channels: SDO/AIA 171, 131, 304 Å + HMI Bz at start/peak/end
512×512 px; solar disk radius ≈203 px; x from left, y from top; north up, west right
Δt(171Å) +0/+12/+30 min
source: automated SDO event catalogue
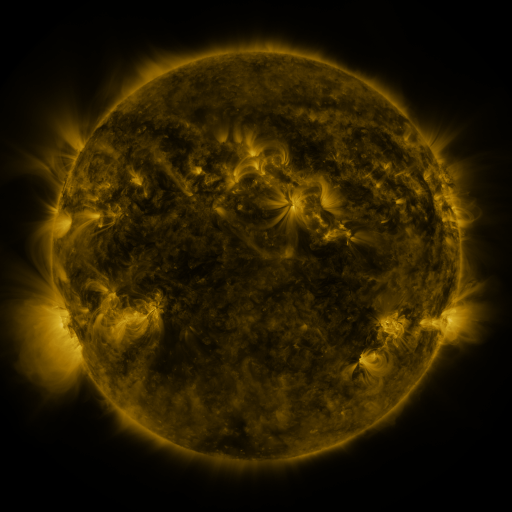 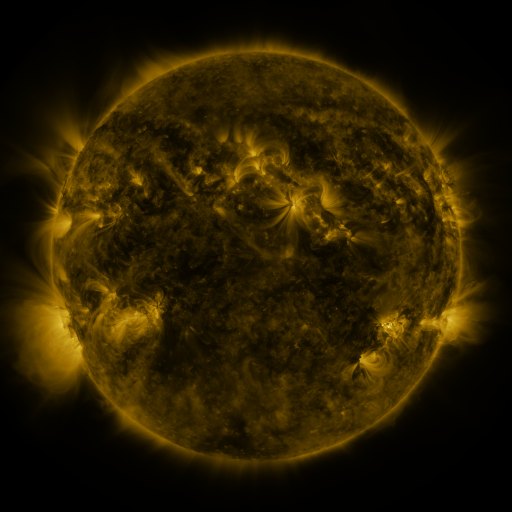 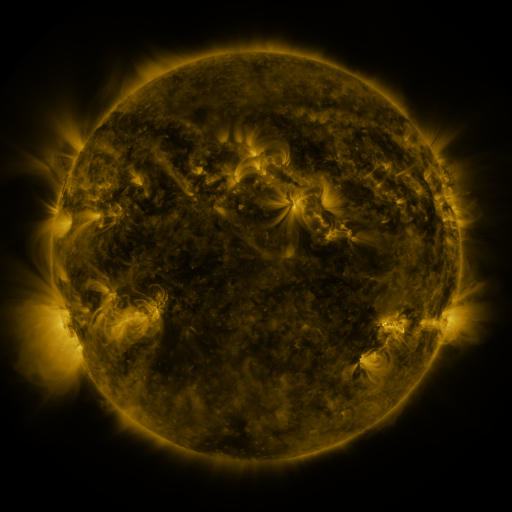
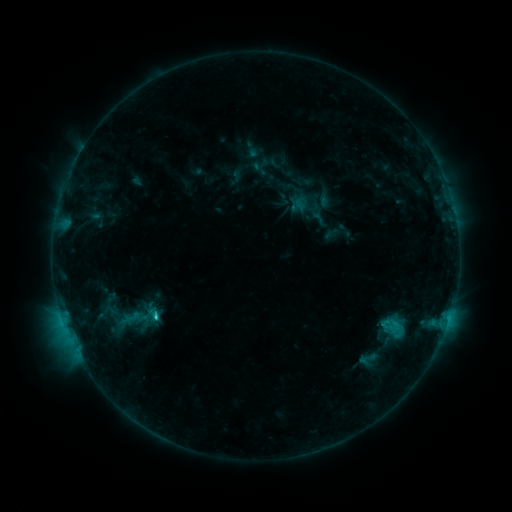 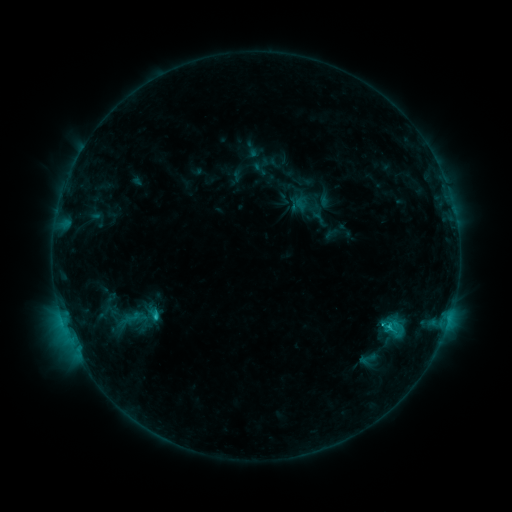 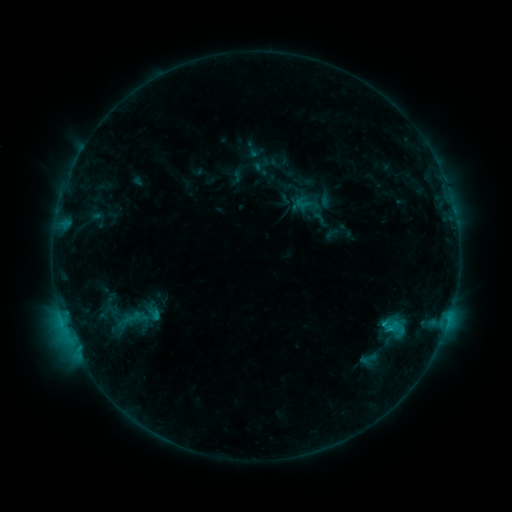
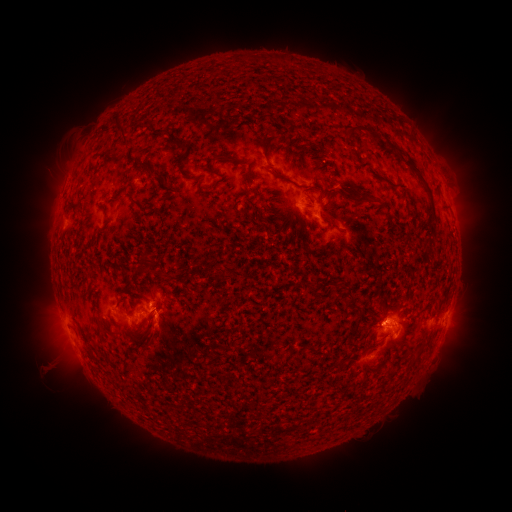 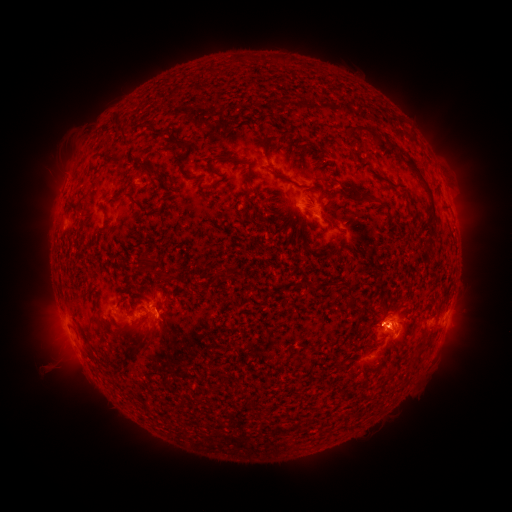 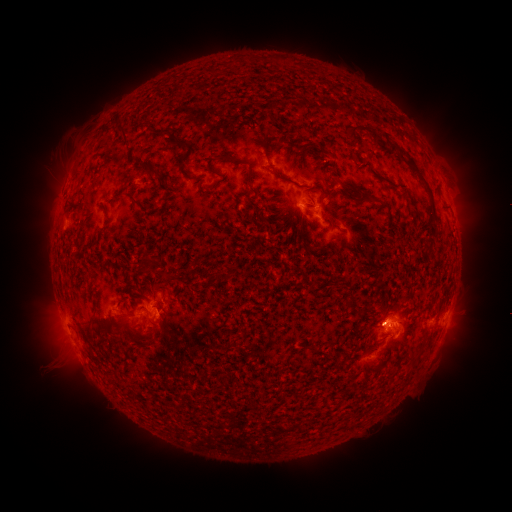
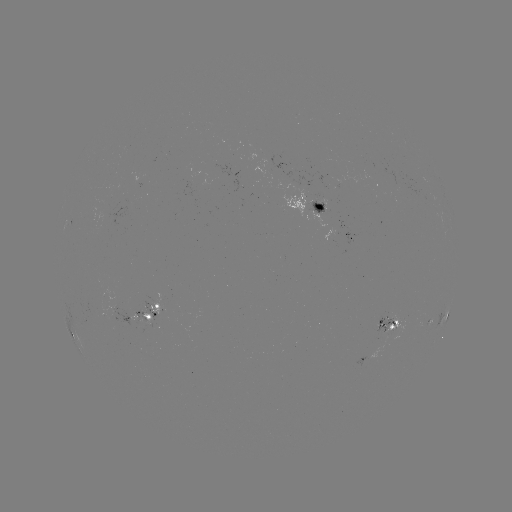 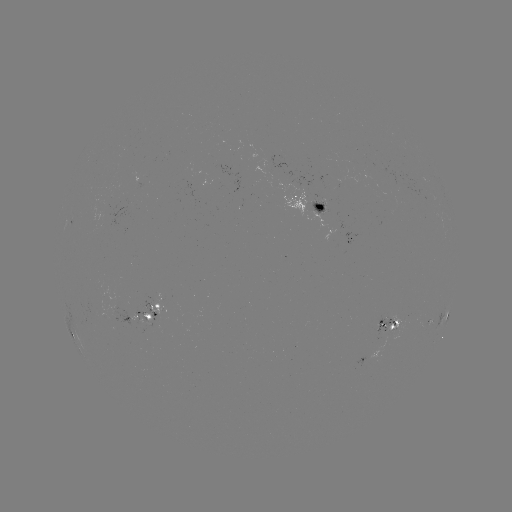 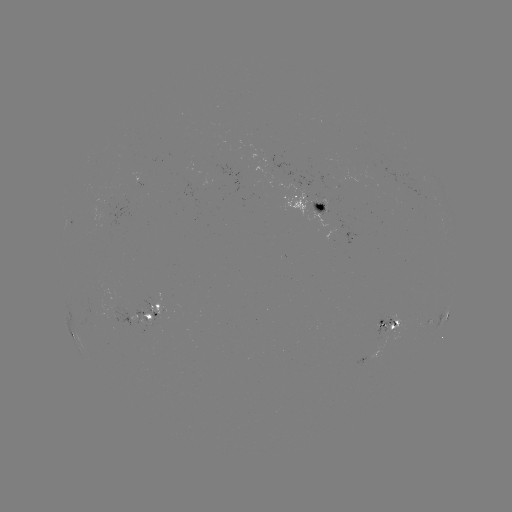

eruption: <bbox>105, 315, 164, 364</bbox>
